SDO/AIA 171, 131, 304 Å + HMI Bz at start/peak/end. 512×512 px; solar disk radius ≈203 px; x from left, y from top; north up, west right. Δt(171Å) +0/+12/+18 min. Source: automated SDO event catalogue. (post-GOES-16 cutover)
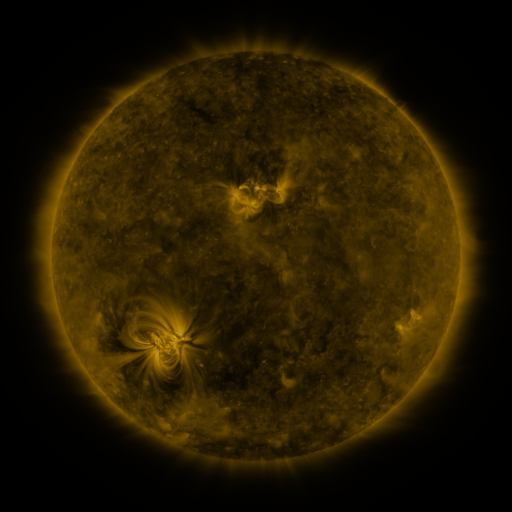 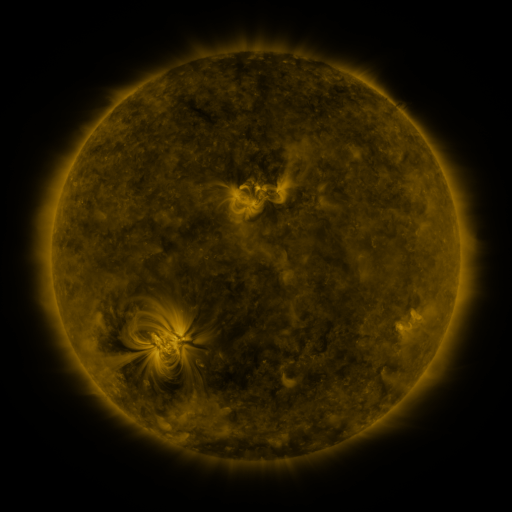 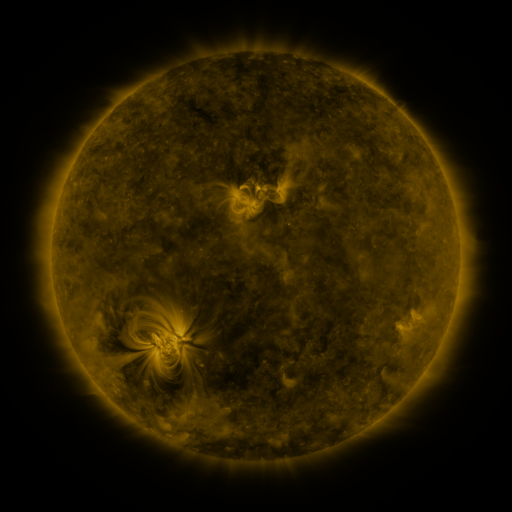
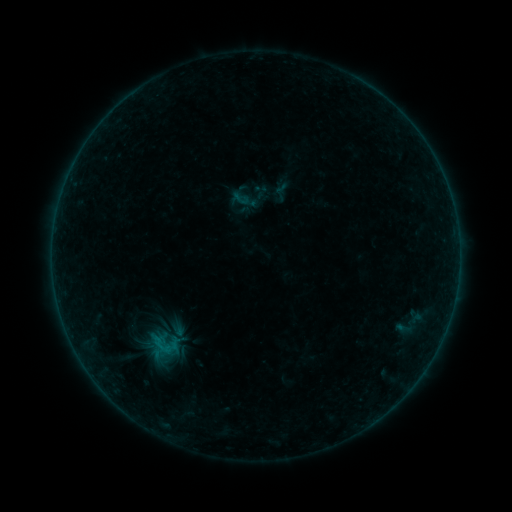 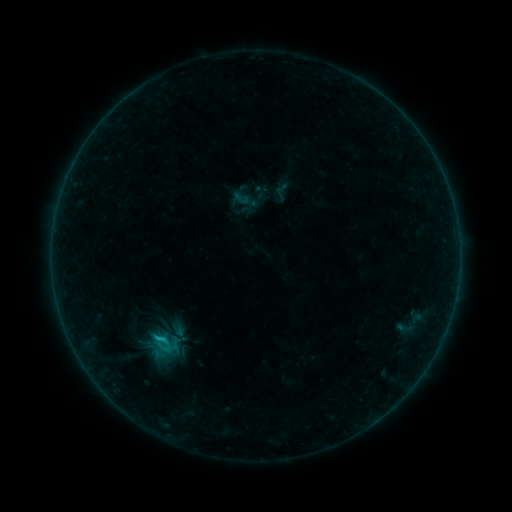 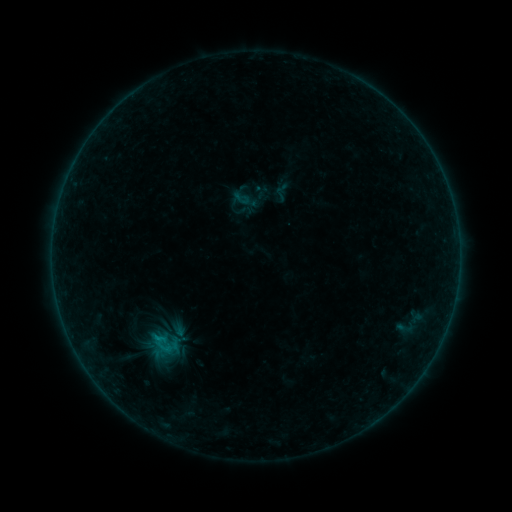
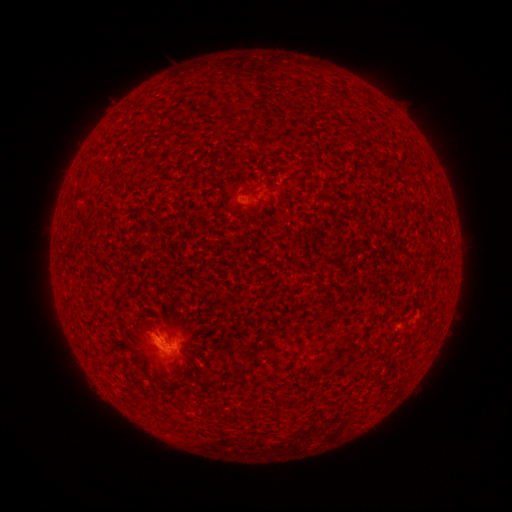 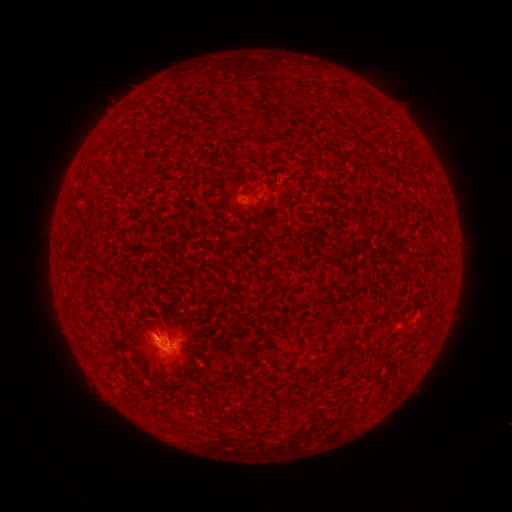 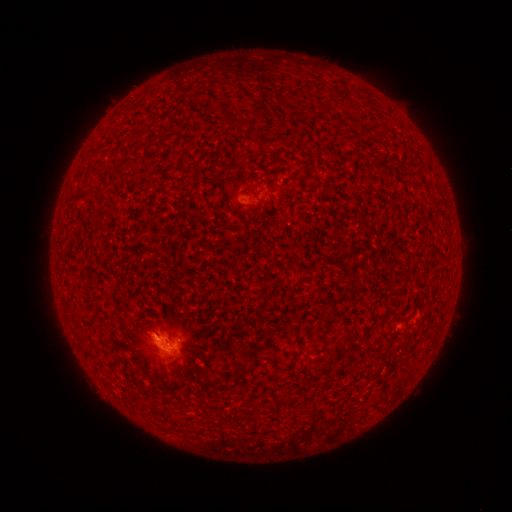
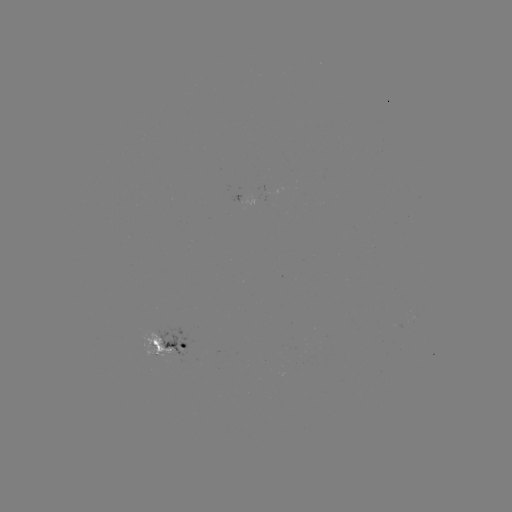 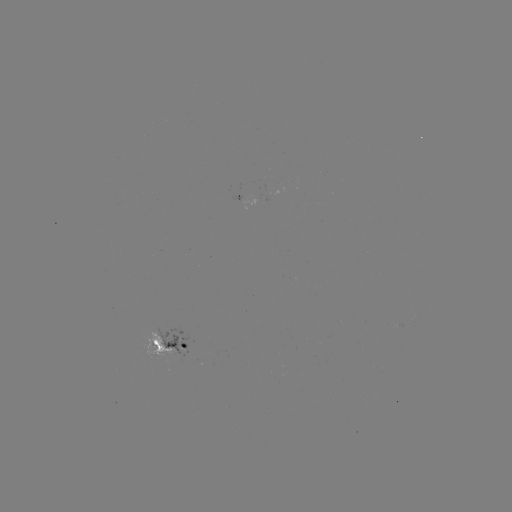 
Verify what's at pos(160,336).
B6.9 flare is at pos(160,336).